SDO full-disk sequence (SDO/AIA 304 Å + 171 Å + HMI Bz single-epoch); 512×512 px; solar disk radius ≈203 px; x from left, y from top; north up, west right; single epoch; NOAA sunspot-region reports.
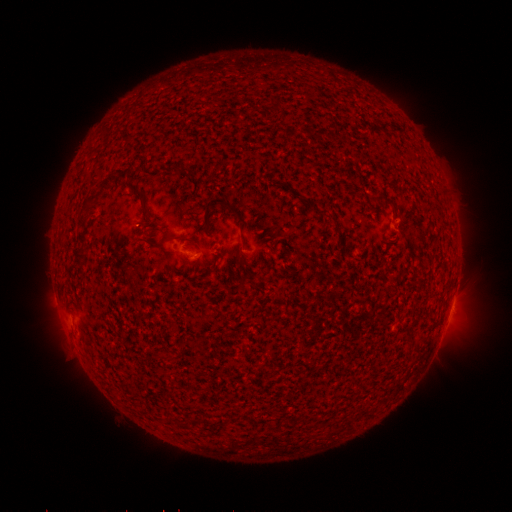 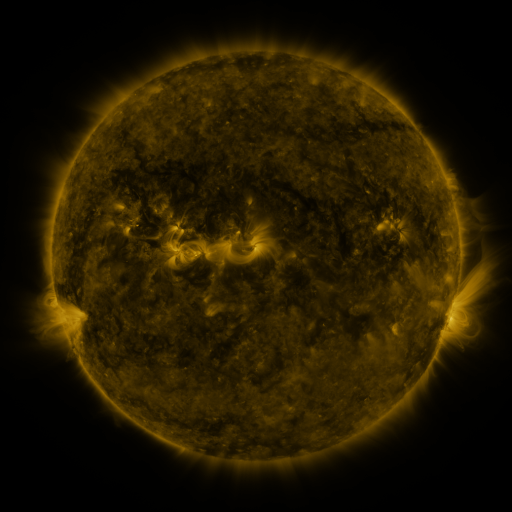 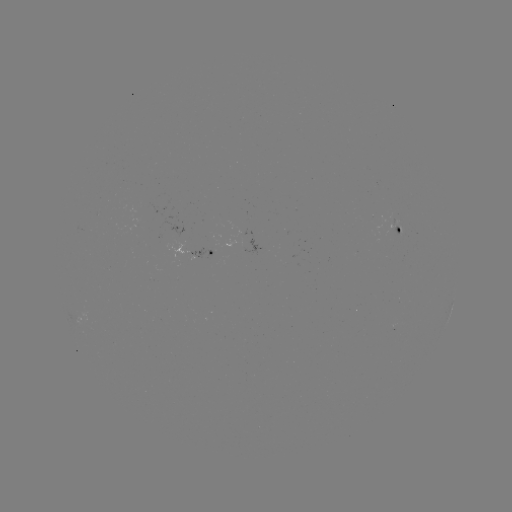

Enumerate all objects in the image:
spotted active region: (404, 230)
spotted active region: (203, 254)
spotted active region: (452, 309)
